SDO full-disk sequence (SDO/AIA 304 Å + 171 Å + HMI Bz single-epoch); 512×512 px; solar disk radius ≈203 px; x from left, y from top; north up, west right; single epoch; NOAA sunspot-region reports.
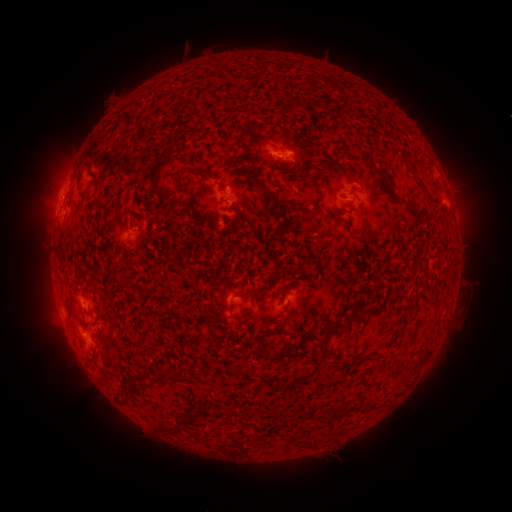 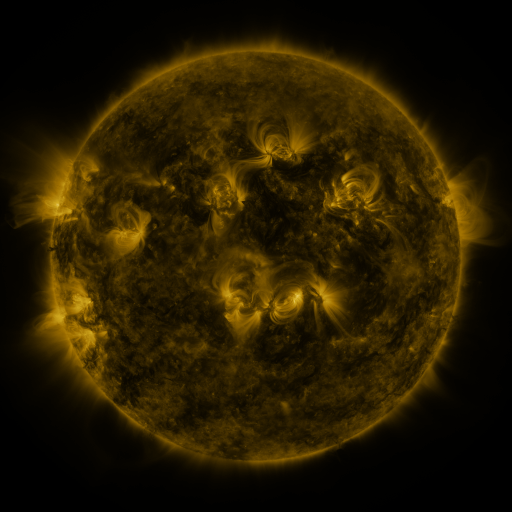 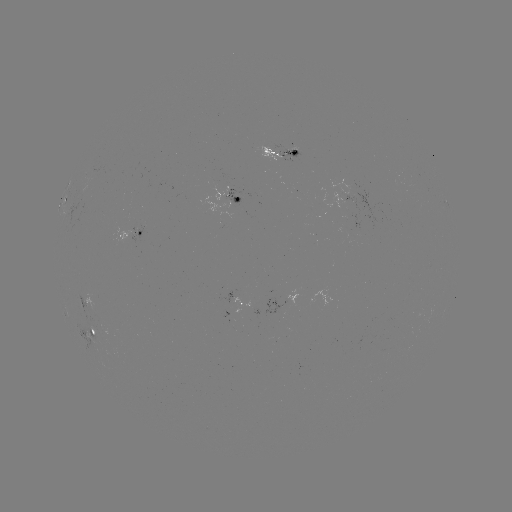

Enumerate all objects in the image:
spotted active region: (274, 150)
spotted active region: (345, 197)
spotted active region: (235, 199)
spotted active region: (128, 229)
spotted active region: (242, 301)
spotted active region: (90, 330)
